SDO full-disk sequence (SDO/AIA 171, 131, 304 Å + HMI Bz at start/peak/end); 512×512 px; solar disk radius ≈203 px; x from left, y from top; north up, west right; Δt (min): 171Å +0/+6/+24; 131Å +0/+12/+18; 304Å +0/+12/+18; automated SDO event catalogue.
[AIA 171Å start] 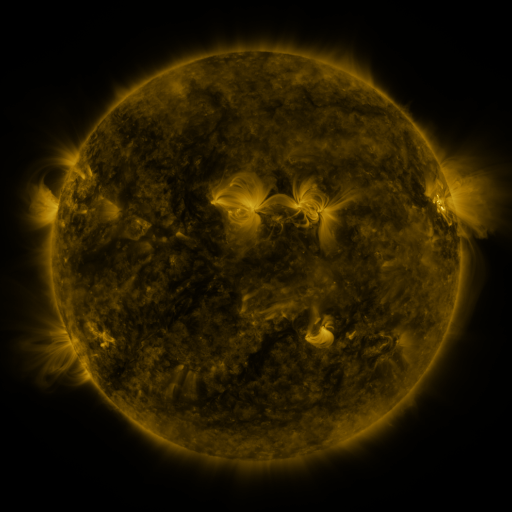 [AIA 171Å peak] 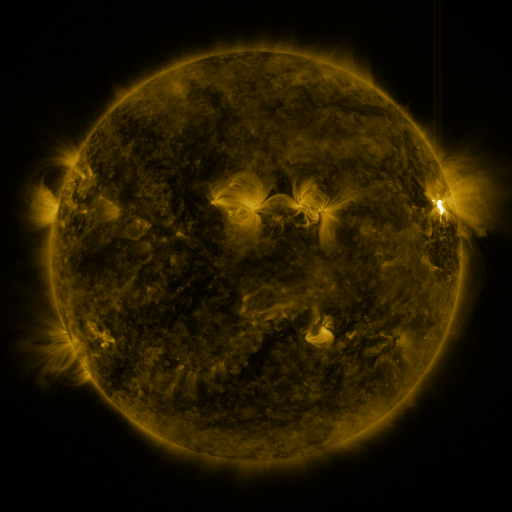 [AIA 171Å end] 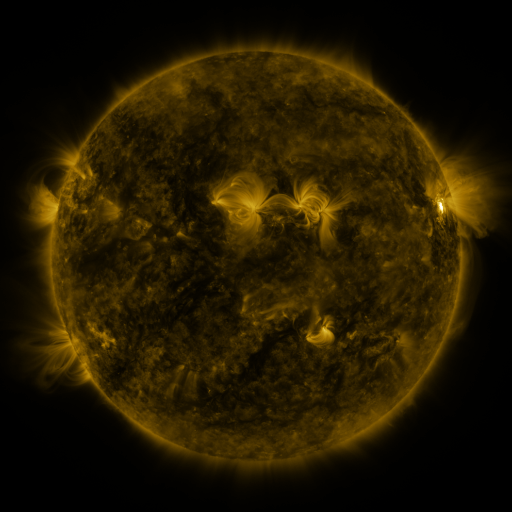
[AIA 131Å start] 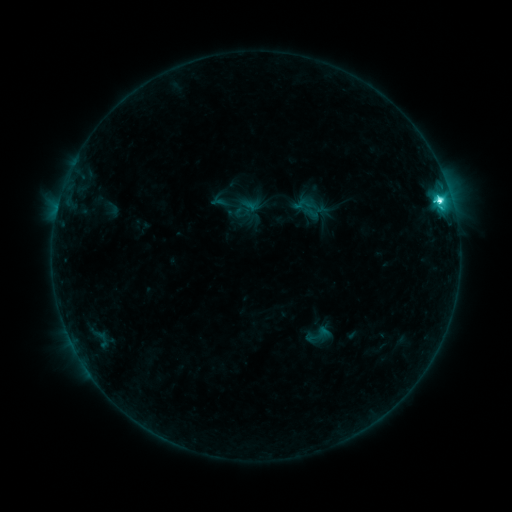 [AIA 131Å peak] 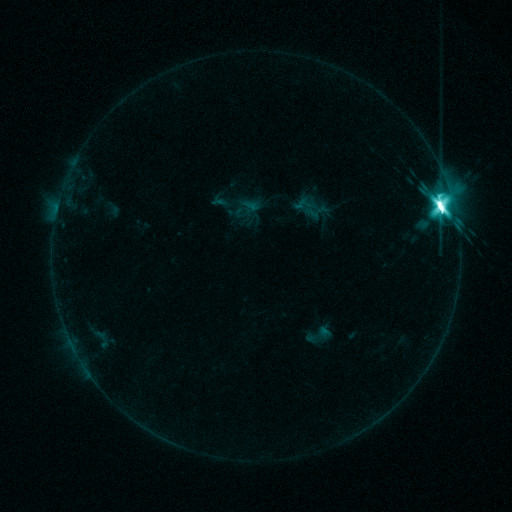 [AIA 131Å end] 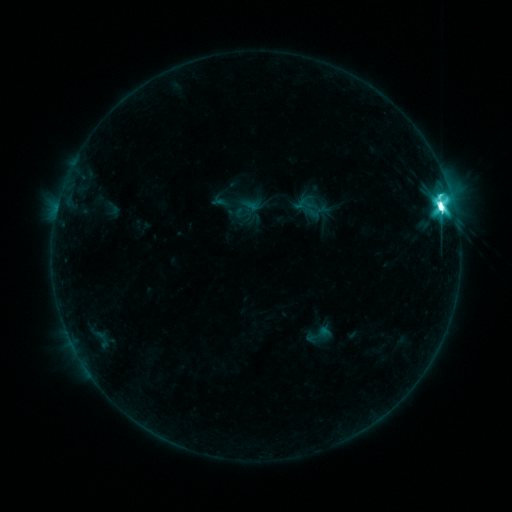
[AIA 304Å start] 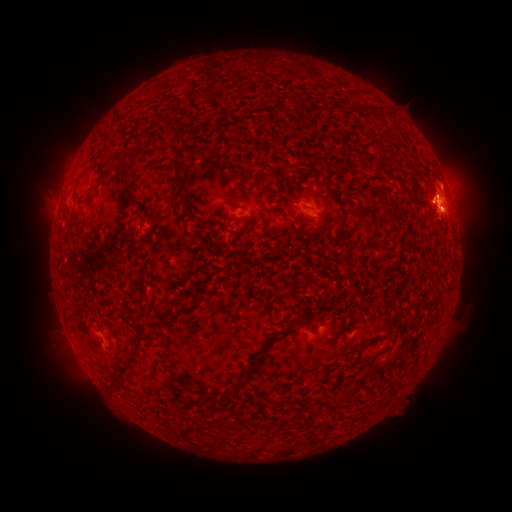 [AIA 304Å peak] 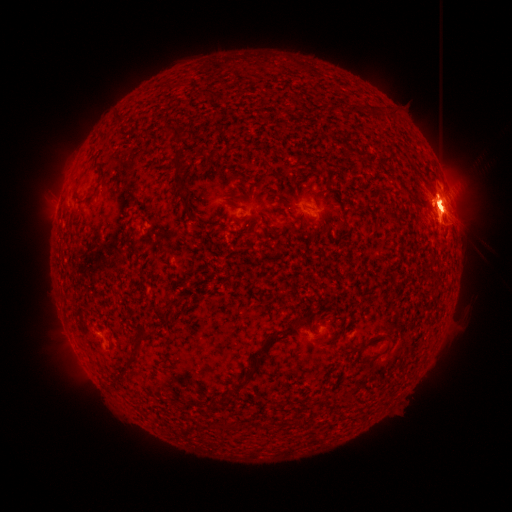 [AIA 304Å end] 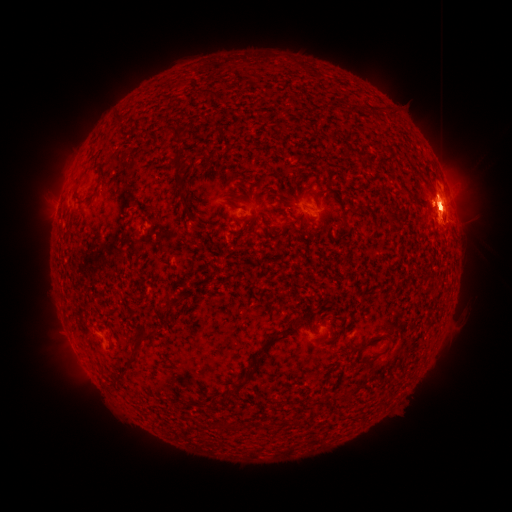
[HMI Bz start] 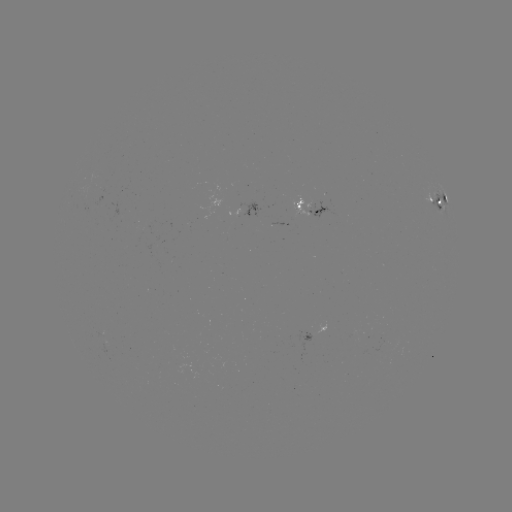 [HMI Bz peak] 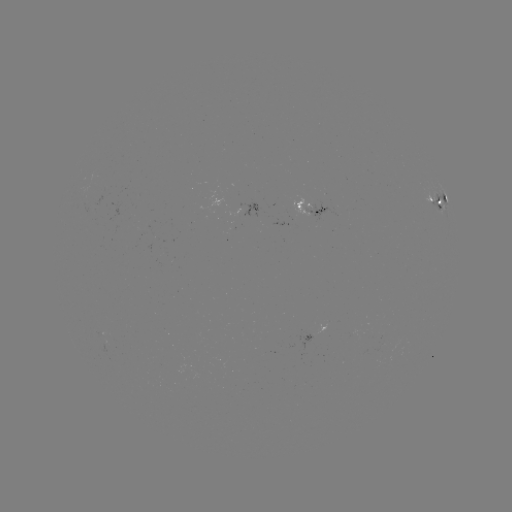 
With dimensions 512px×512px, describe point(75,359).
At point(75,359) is eruption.